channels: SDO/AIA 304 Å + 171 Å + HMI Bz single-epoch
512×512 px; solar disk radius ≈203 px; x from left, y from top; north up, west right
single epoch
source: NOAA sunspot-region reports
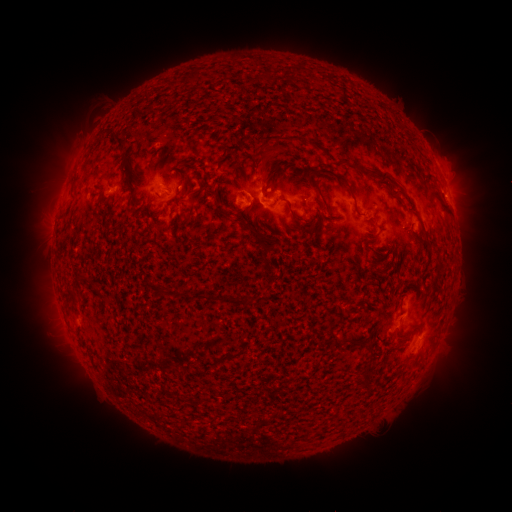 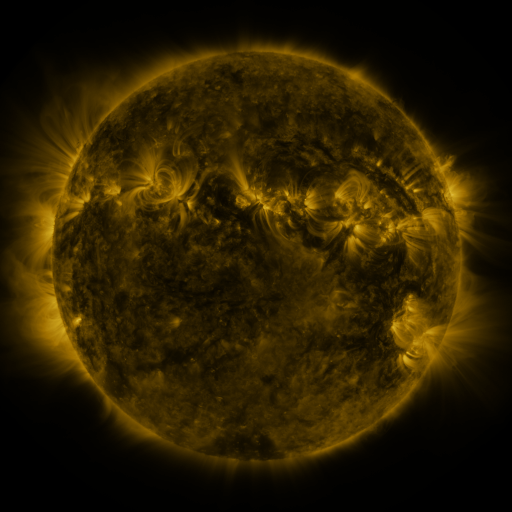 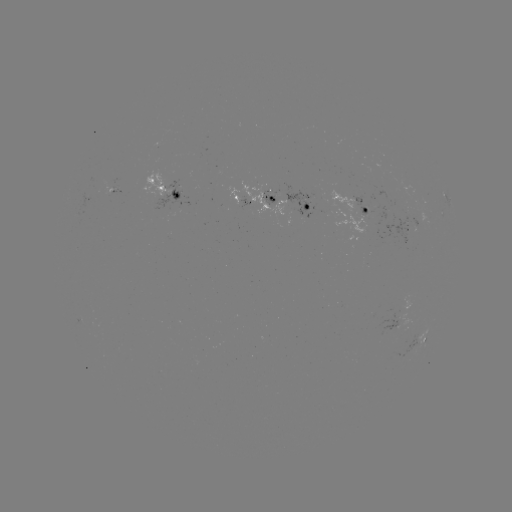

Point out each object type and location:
spotted active region: (165, 190)
spotted active region: (117, 193)
spotted active region: (447, 197)
spotted active region: (245, 201)
spotted active region: (290, 204)
spotted active region: (366, 210)
spotted active region: (408, 230)
spotted active region: (406, 315)
spotted active region: (425, 337)
